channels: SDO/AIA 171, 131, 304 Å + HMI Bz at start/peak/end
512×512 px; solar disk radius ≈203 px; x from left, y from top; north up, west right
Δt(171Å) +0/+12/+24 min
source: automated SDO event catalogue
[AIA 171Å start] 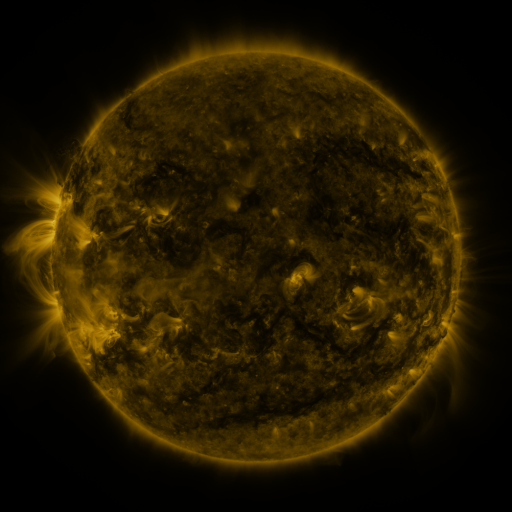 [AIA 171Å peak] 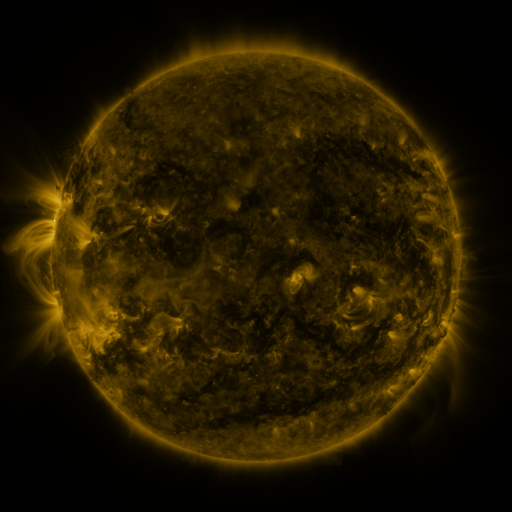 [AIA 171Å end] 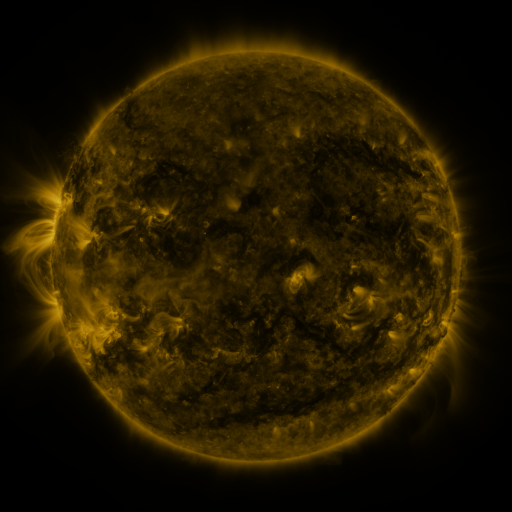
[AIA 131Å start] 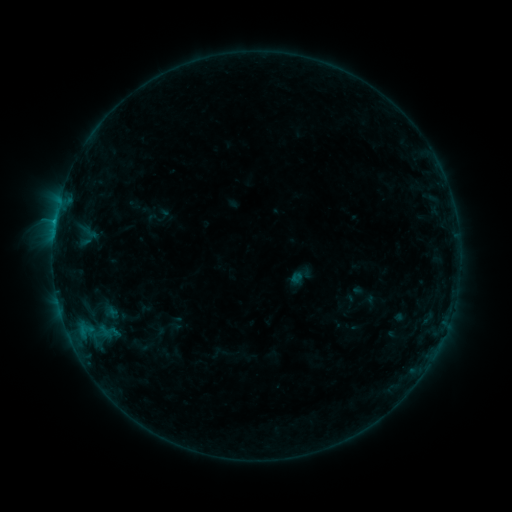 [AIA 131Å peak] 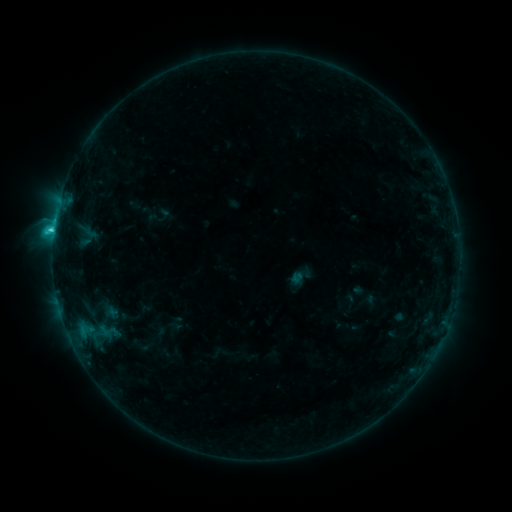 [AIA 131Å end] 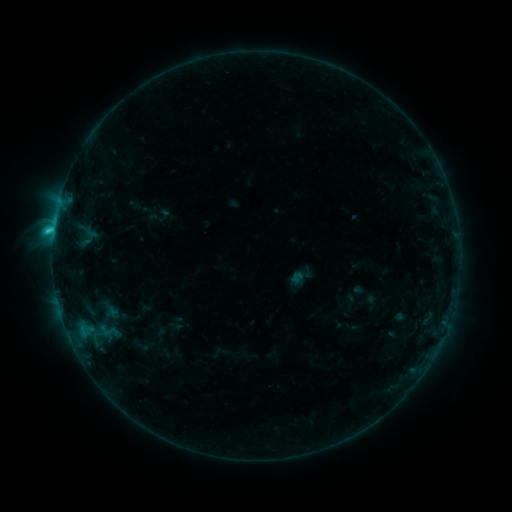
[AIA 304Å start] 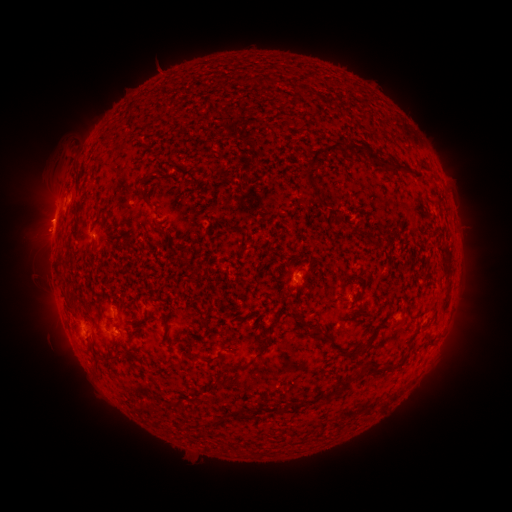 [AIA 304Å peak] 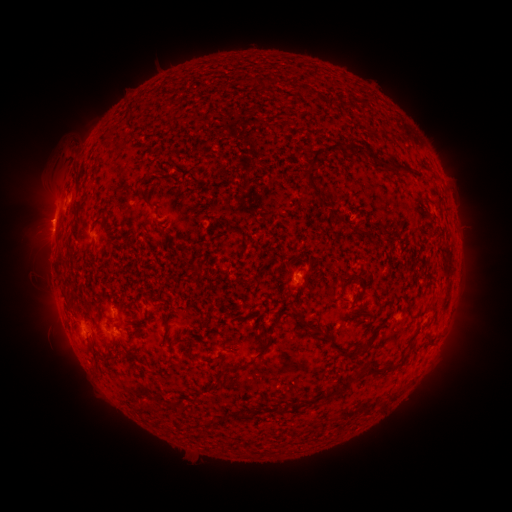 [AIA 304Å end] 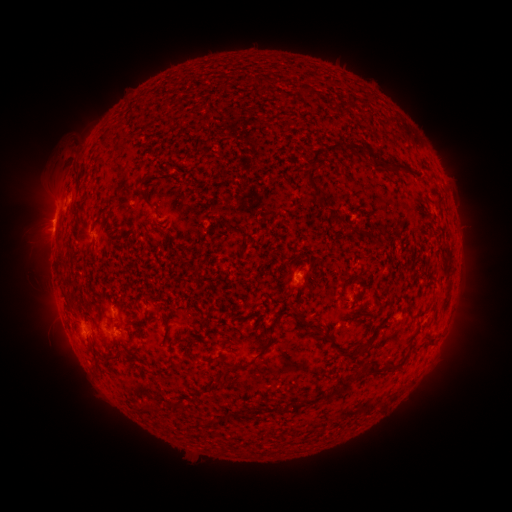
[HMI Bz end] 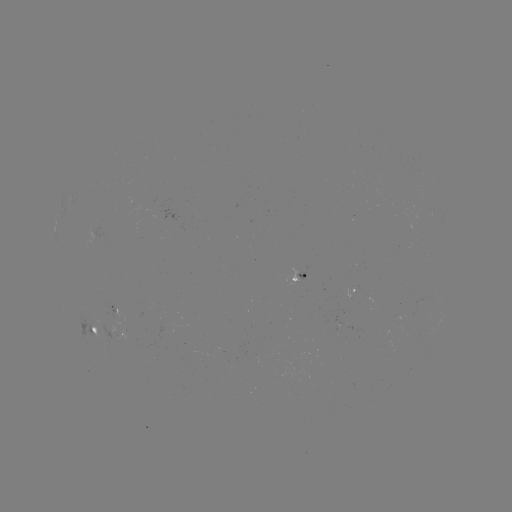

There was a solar flare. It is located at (54, 231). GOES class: C1.8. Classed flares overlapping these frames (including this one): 1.